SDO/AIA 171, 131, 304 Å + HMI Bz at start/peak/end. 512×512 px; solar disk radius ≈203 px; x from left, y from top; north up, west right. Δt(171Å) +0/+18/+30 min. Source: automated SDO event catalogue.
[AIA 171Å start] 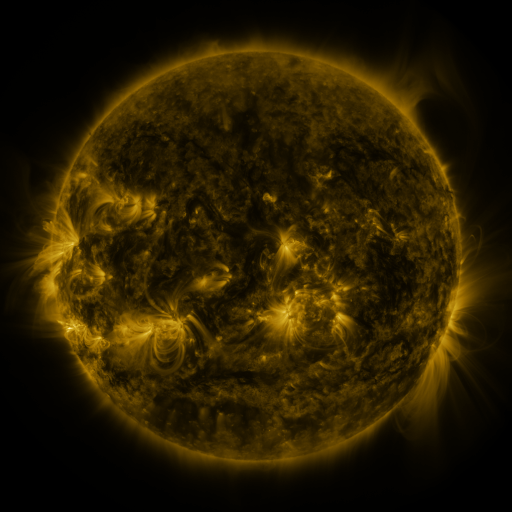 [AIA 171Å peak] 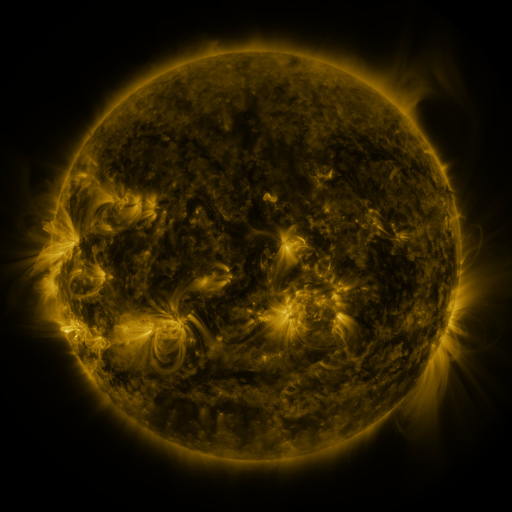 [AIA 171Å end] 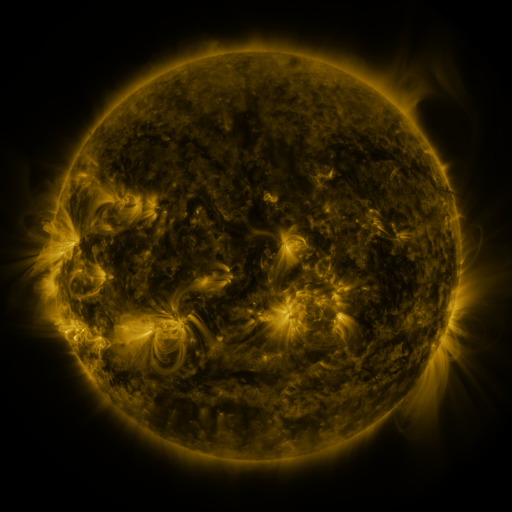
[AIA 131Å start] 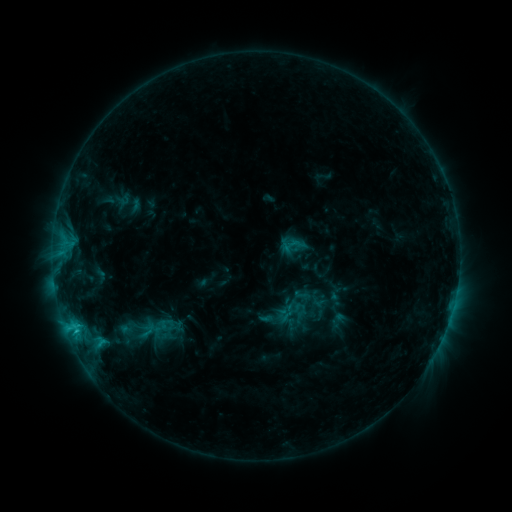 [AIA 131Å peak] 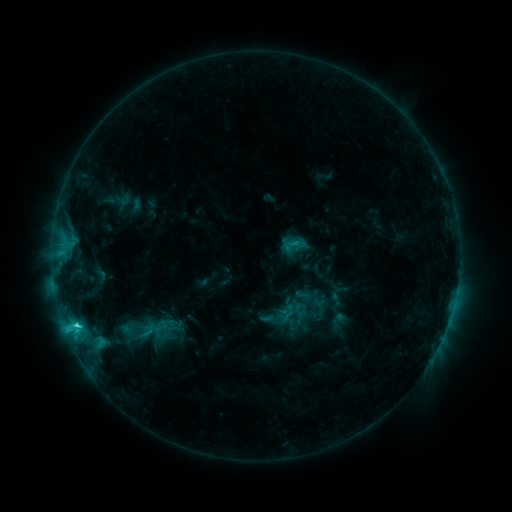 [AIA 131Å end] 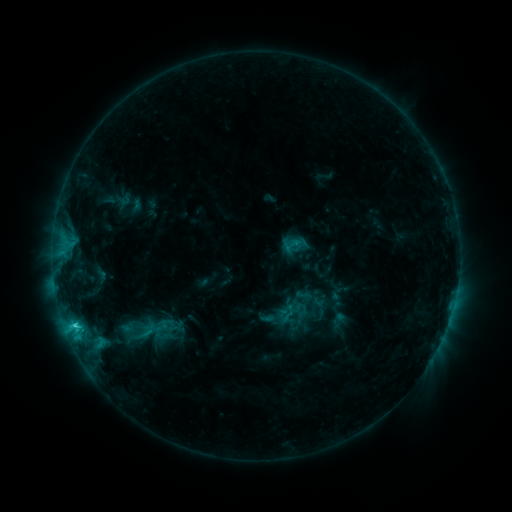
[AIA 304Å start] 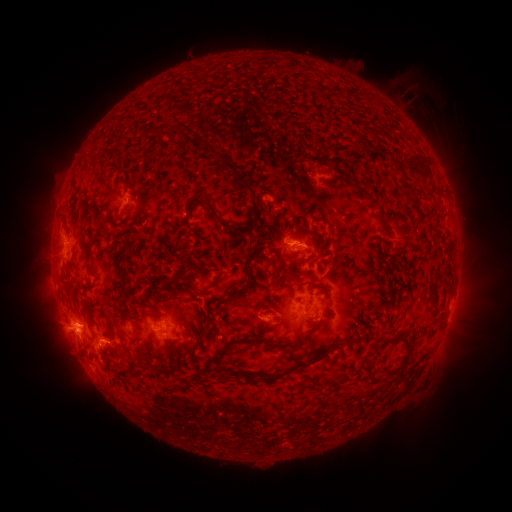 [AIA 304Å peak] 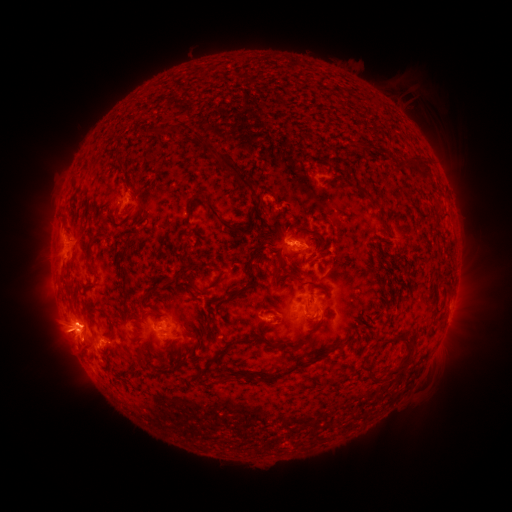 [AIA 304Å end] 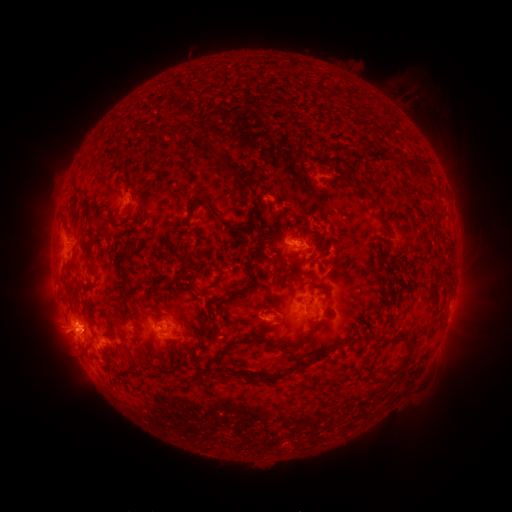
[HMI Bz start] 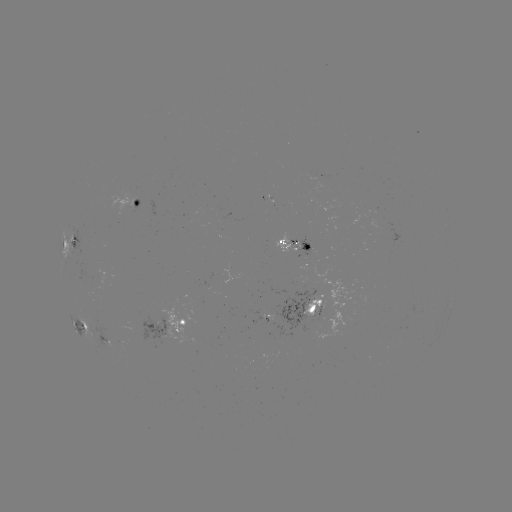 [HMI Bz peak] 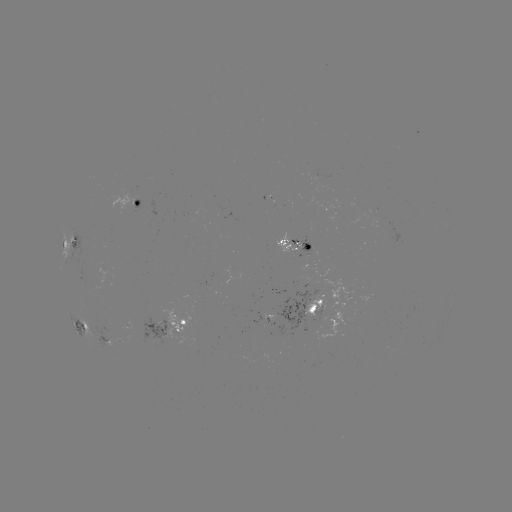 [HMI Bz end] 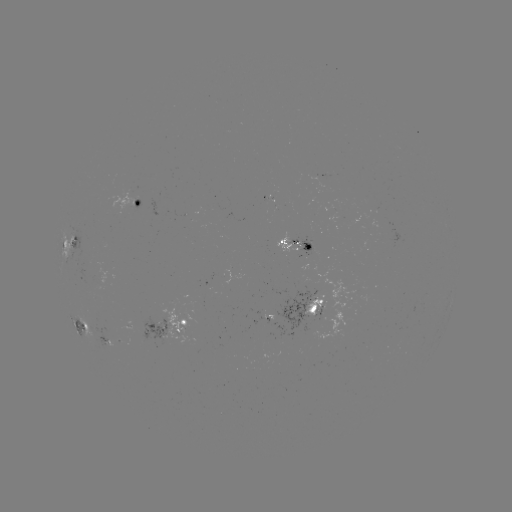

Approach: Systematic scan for C3.3 flare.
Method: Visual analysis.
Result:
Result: C3.3 flare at [77, 323].